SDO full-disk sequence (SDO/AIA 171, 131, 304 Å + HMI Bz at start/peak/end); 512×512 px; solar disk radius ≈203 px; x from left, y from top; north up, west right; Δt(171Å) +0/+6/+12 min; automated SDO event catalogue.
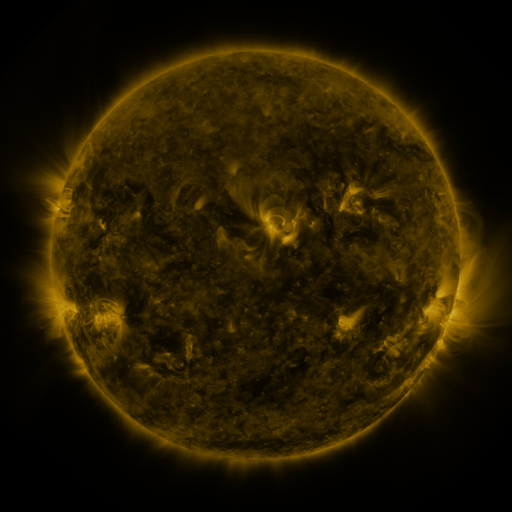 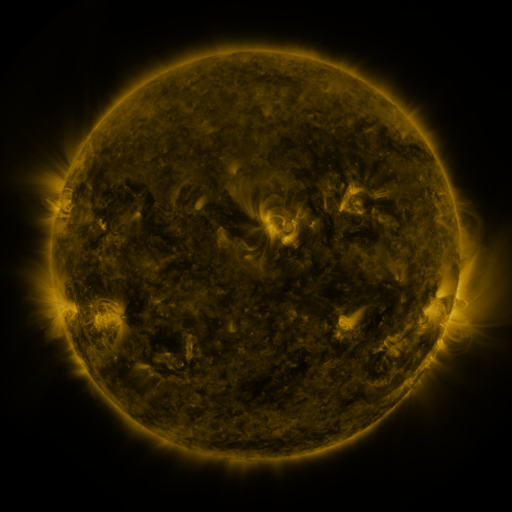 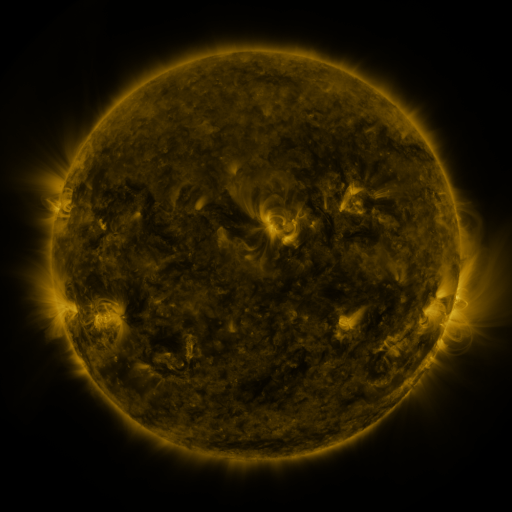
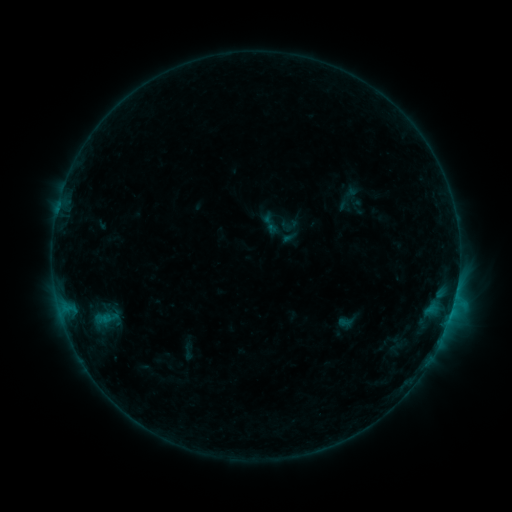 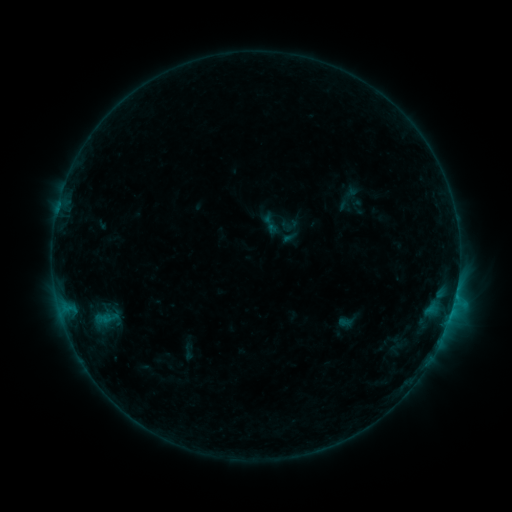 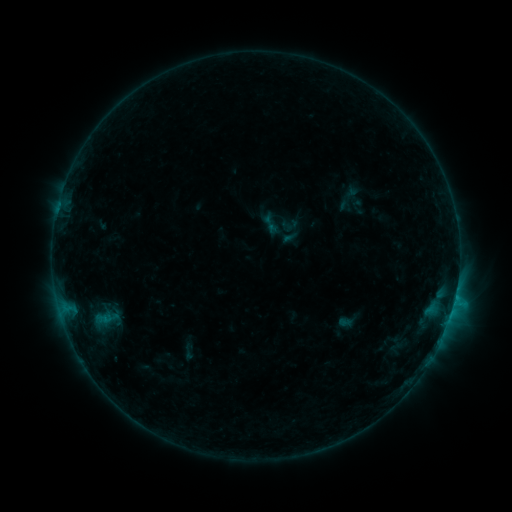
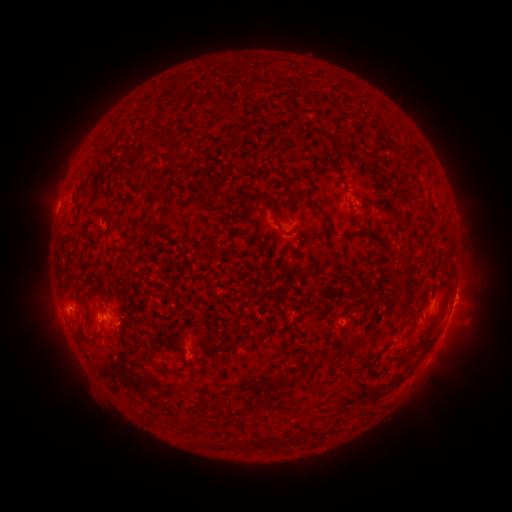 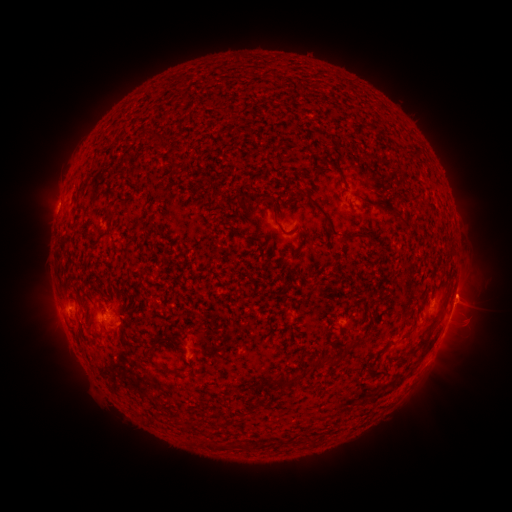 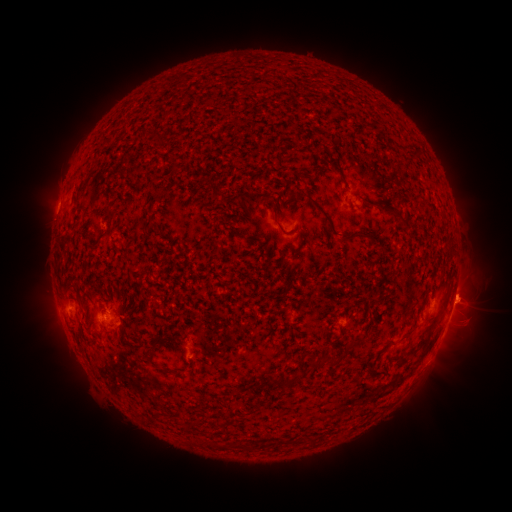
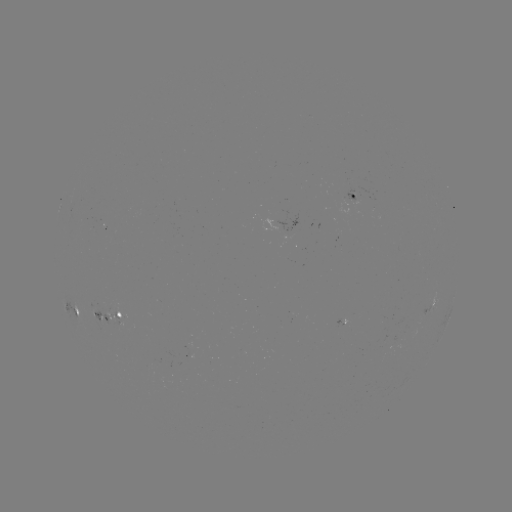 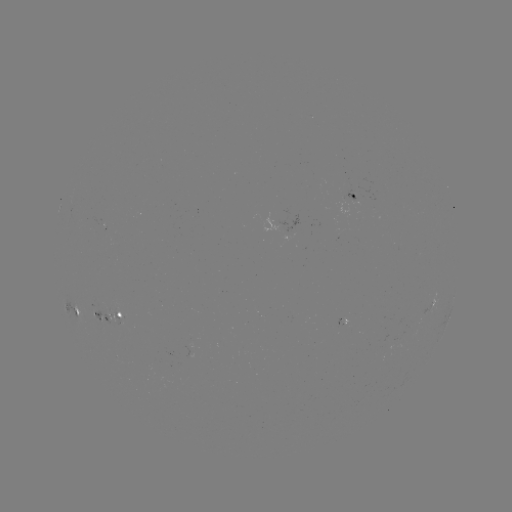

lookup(eruption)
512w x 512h (467, 291)